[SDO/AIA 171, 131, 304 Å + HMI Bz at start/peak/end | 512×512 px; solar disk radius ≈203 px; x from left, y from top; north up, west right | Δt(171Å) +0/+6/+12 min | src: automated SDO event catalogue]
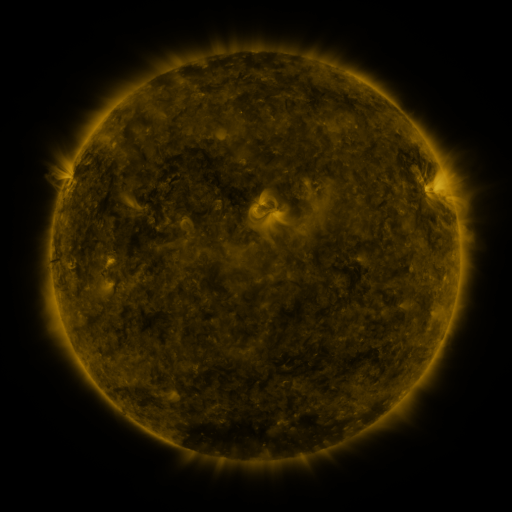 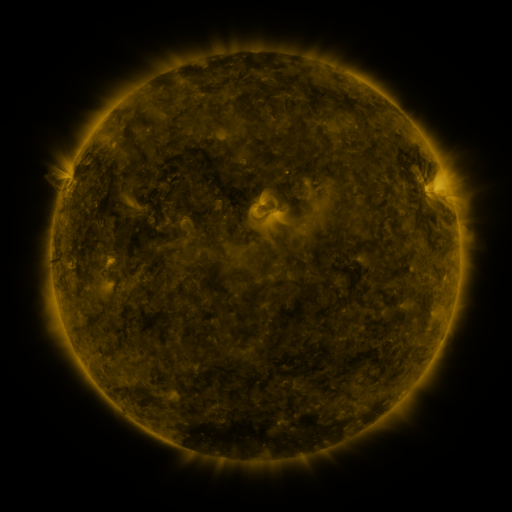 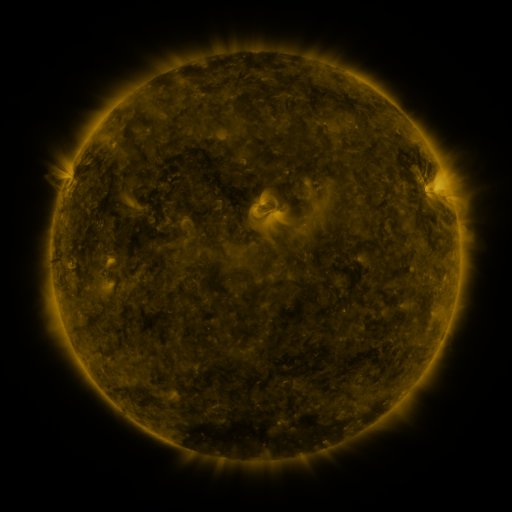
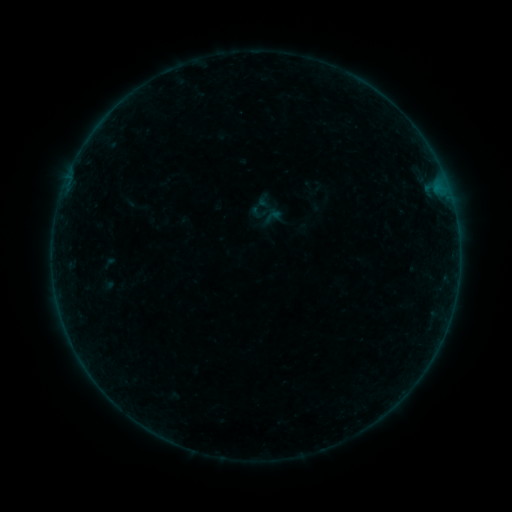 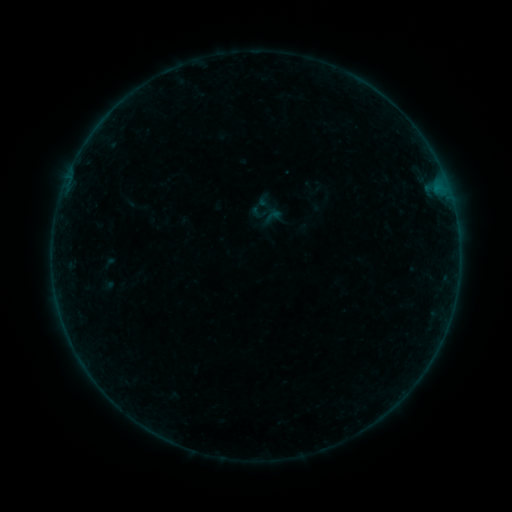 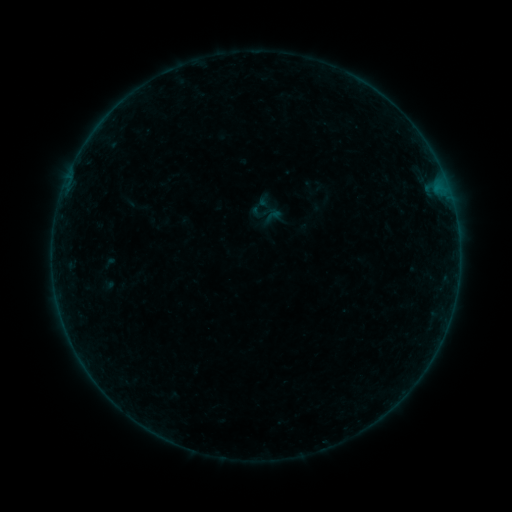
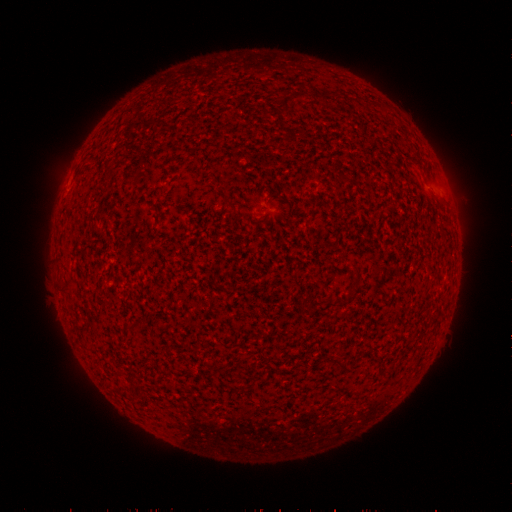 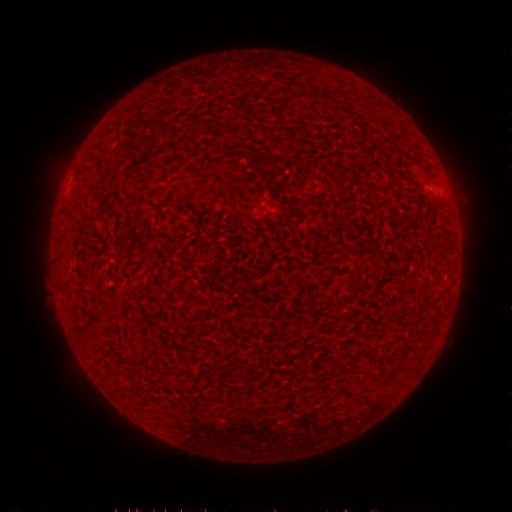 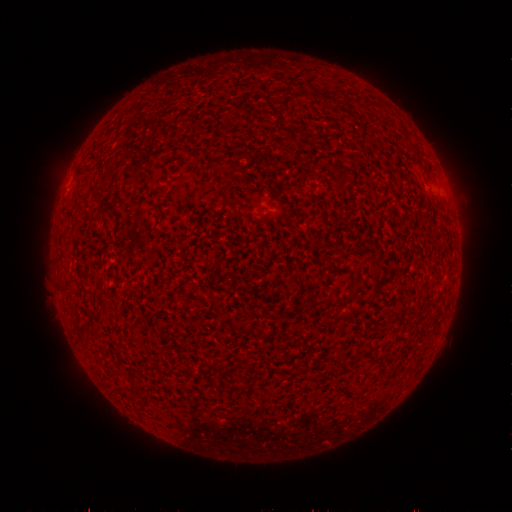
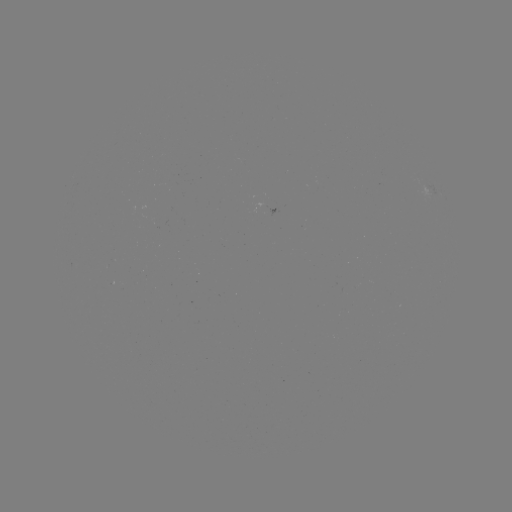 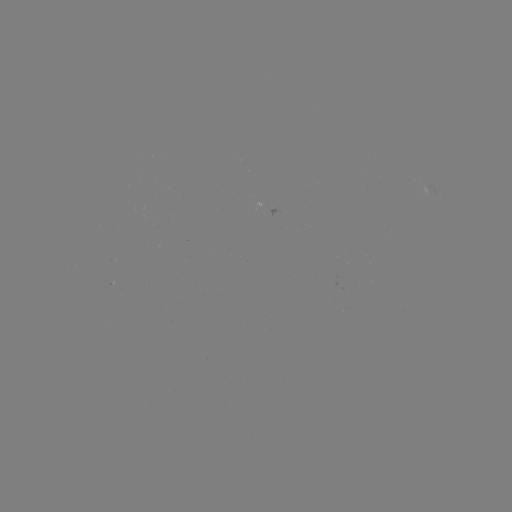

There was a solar flare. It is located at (429, 357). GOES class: B2.0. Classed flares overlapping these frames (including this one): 1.